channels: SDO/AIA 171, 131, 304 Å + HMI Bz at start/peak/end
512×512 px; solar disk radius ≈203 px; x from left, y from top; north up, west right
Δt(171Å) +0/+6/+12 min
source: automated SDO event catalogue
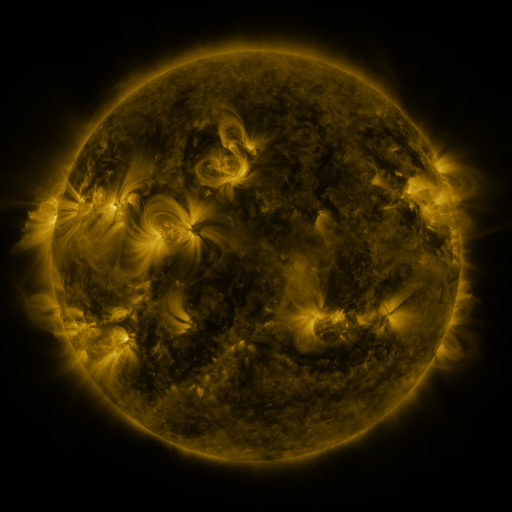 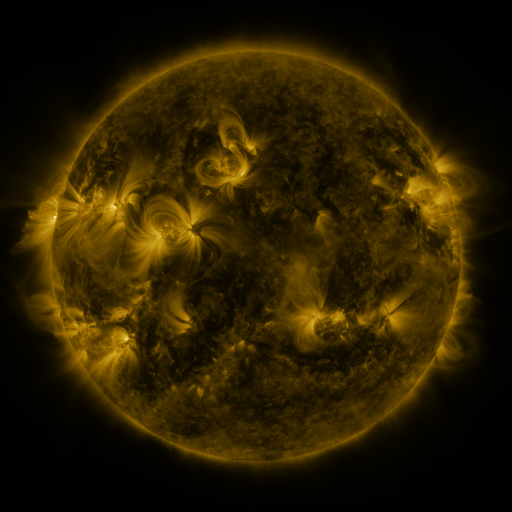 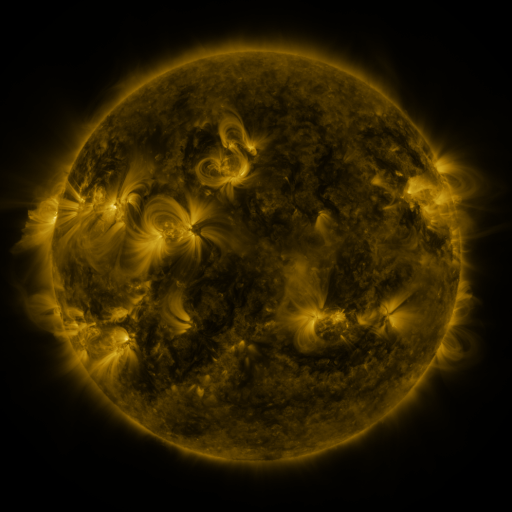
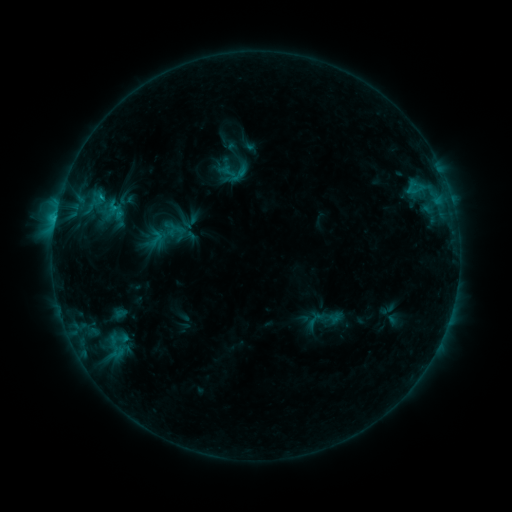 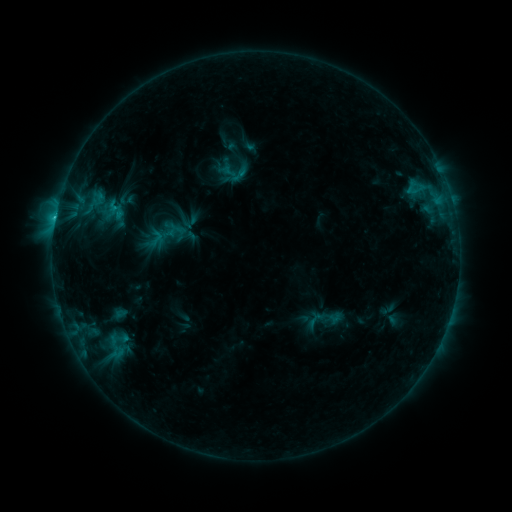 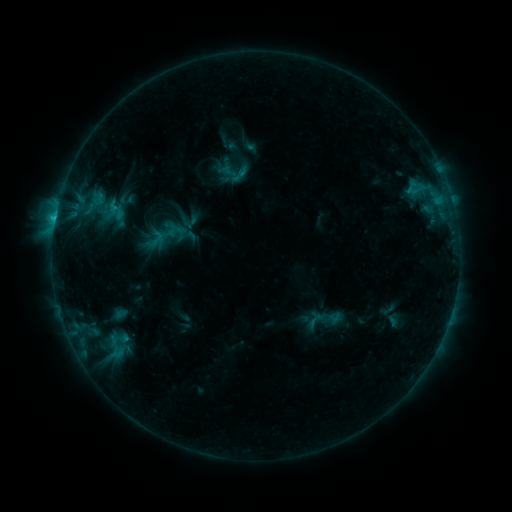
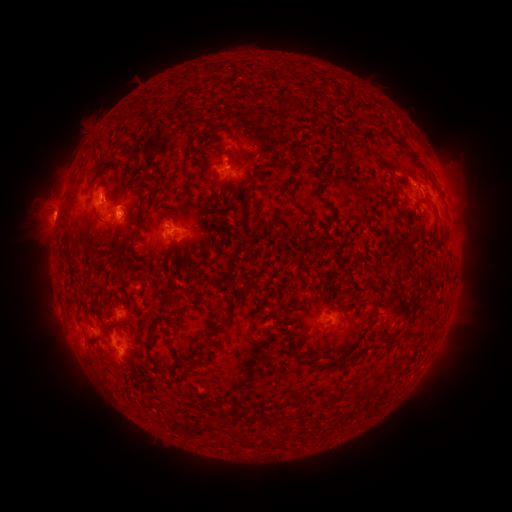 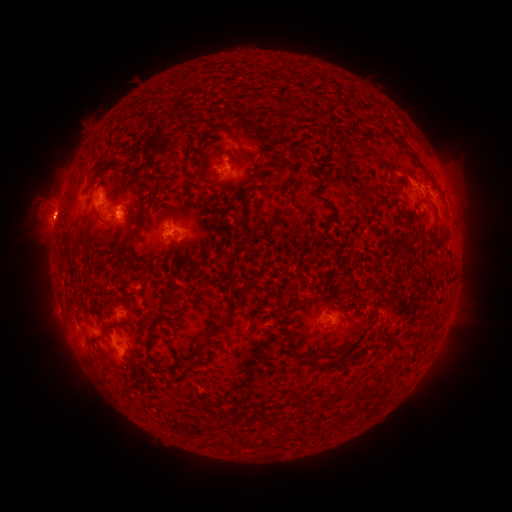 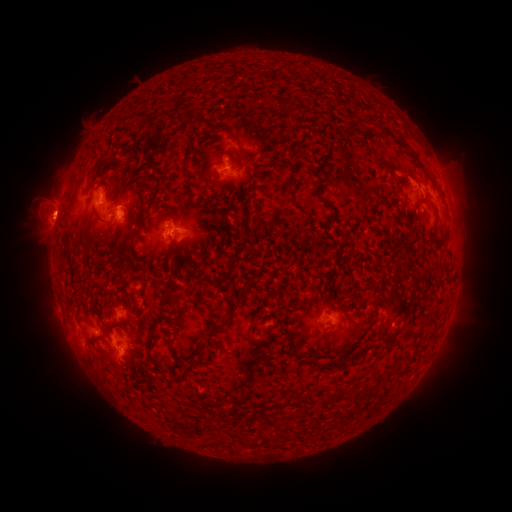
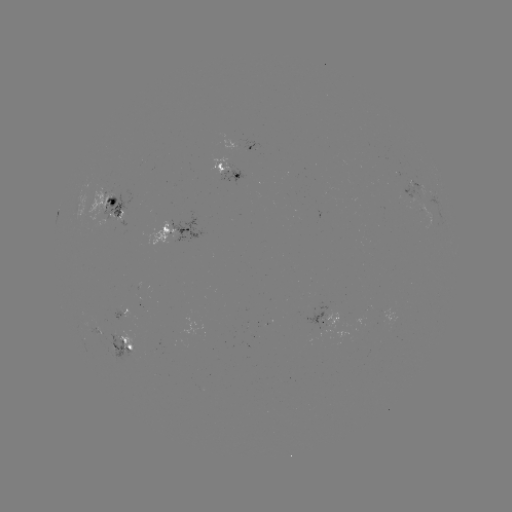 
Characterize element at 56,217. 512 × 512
C1.7 flare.